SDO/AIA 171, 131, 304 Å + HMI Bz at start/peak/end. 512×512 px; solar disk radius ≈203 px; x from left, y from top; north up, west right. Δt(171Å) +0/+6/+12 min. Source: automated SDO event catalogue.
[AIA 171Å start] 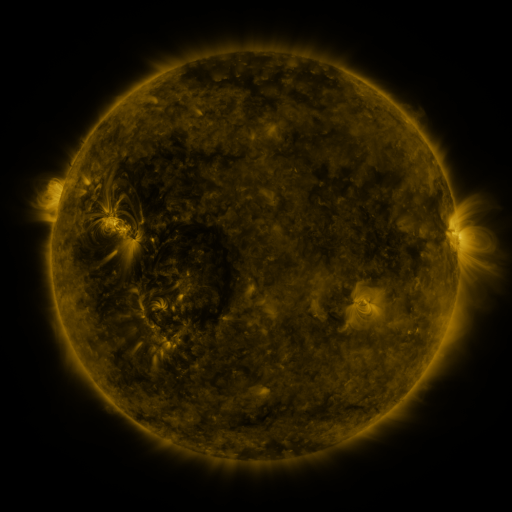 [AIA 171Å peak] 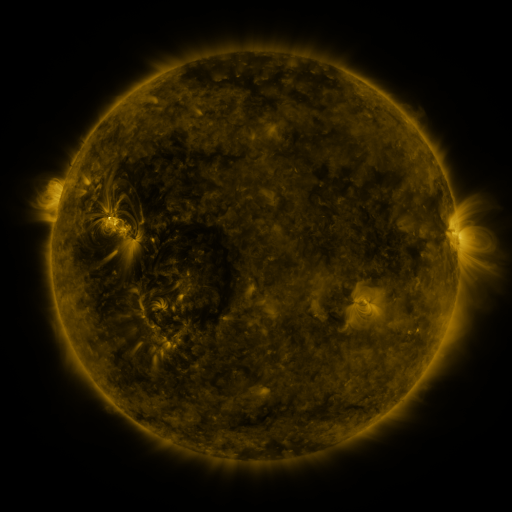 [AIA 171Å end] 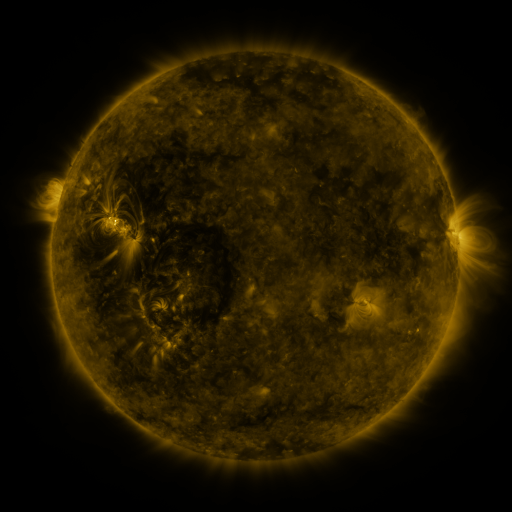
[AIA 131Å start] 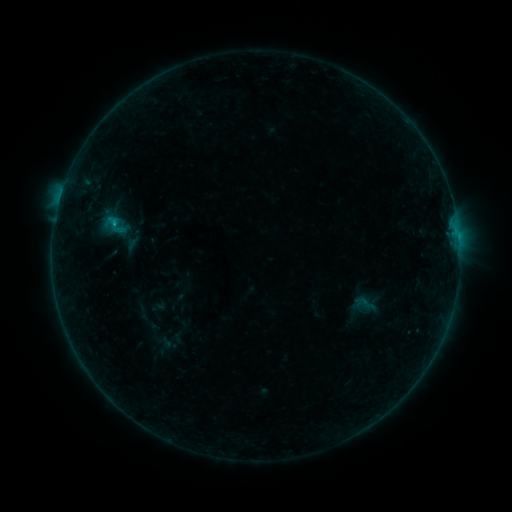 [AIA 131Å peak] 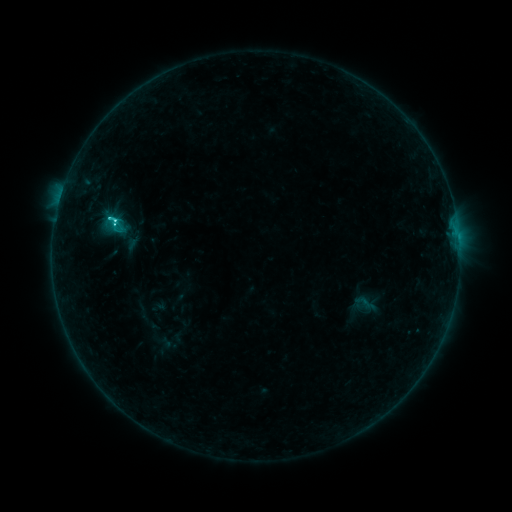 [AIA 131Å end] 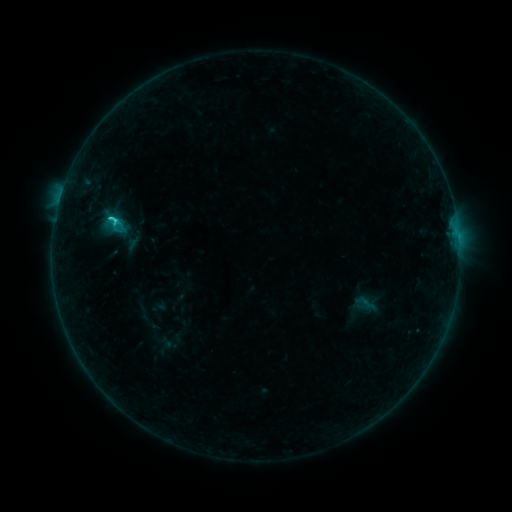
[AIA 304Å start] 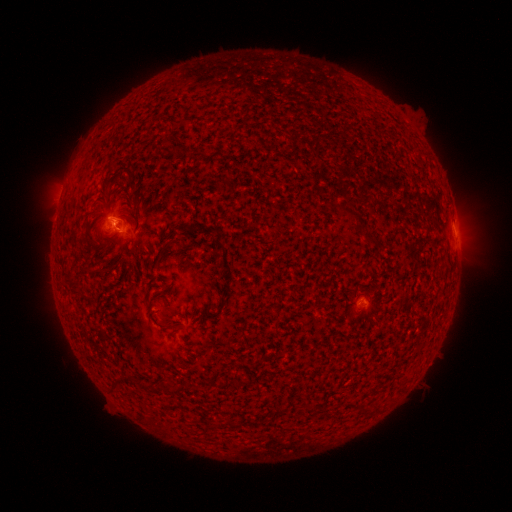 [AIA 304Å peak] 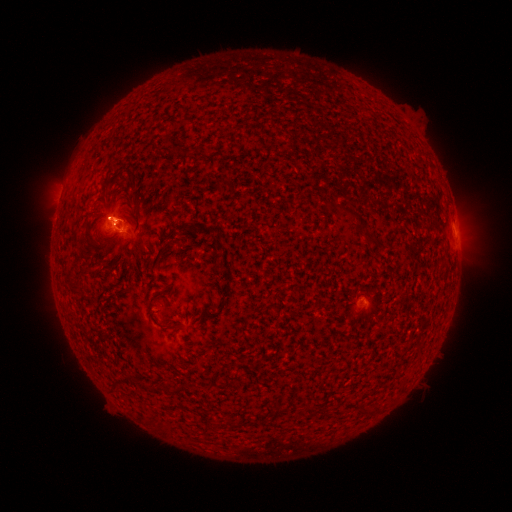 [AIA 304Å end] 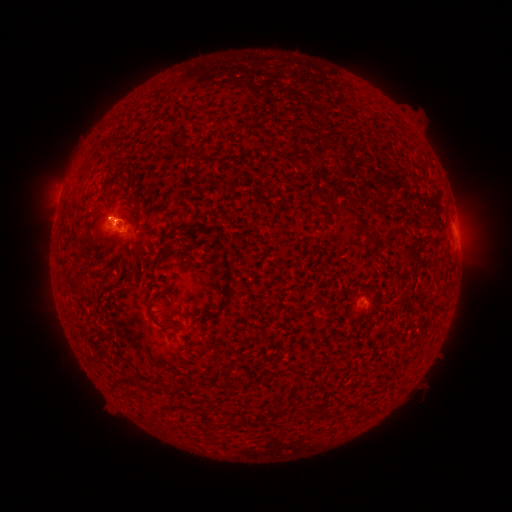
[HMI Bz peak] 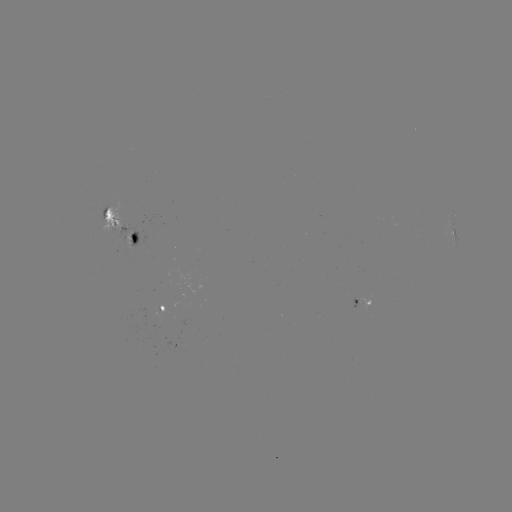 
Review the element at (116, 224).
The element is C2.0 flare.